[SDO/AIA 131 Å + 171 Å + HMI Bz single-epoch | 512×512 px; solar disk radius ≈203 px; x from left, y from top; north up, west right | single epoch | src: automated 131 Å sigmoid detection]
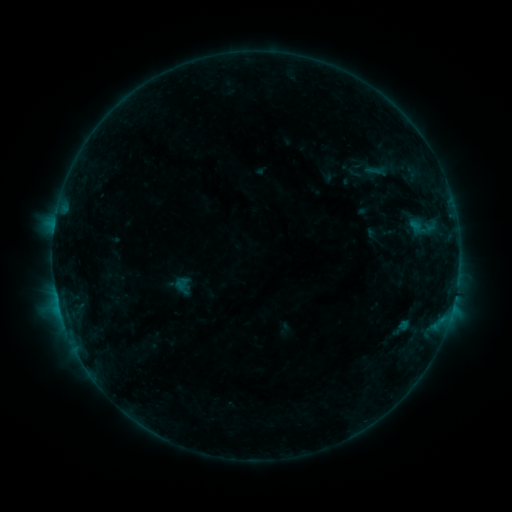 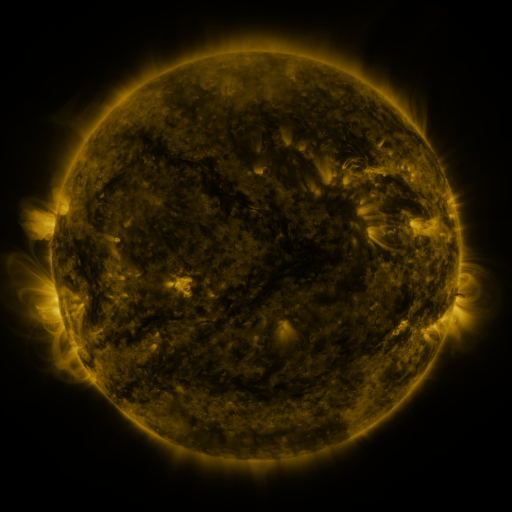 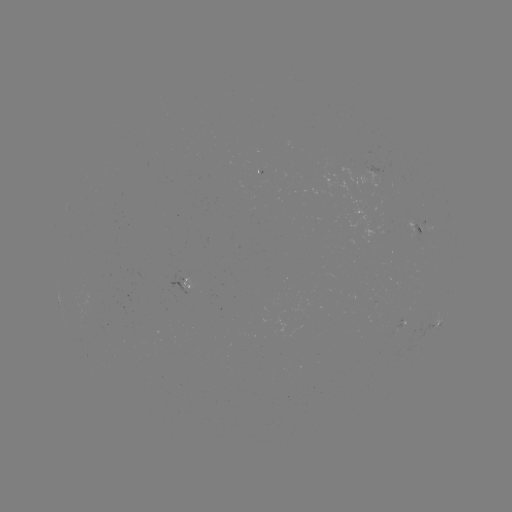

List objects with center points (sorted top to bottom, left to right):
sigmoid: [344, 153, 386, 180]
sigmoid: [172, 275, 197, 297]
